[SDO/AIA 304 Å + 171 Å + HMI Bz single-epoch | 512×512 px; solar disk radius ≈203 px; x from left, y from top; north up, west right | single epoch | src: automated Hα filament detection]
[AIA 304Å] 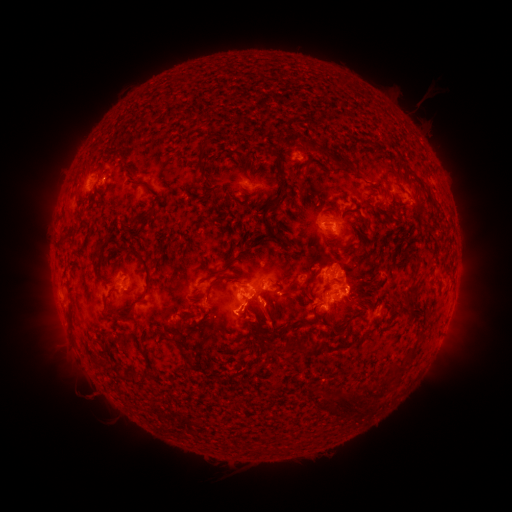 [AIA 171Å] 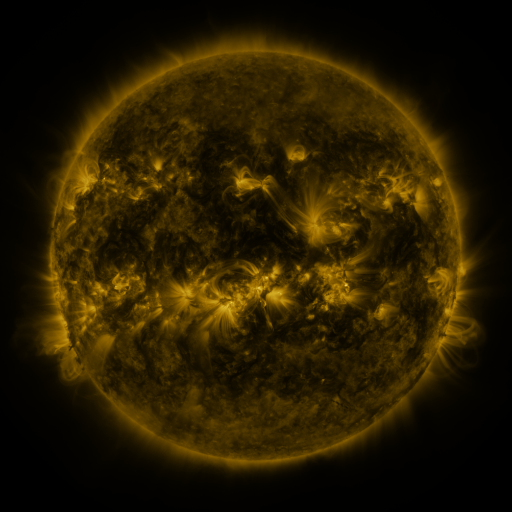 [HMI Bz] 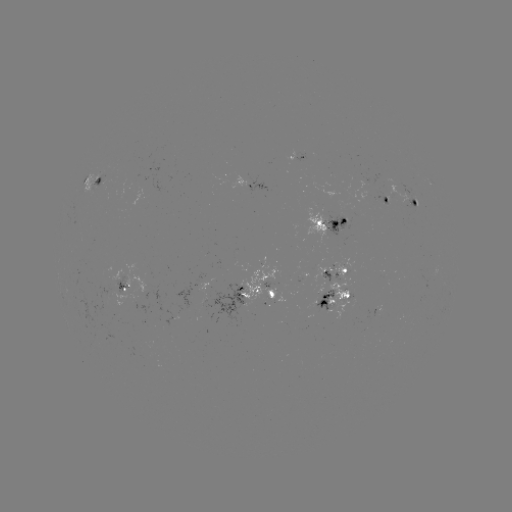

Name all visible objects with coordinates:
filament: (178, 76, 187, 86)
filament: (336, 77, 345, 86)
filament: (195, 137, 206, 166)
filament: (322, 142, 354, 171)
filament: (235, 156, 245, 175)
filament: (266, 158, 284, 207)
filament: (122, 168, 133, 178)
filament: (130, 183, 149, 191)
filament: (388, 192, 395, 202)
filament: (283, 194, 294, 204)
filament: (410, 195, 417, 205)
filament: (257, 200, 291, 247)
filament: (342, 206, 353, 214)
filament: (377, 208, 394, 219)
filament: (78, 209, 85, 224)
filament: (280, 212, 288, 224)
filament: (324, 237, 353, 249)
filament: (236, 245, 252, 255)
filament: (103, 246, 152, 323)
filament: (90, 249, 102, 269)
filament: (208, 268, 226, 278)
filament: (324, 275, 337, 290)
filament: (405, 279, 420, 301)
filament: (206, 283, 215, 302)
filament: (259, 289, 267, 300)
filament: (244, 294, 259, 310)
filament: (279, 301, 286, 316)
filament: (406, 303, 420, 313)
filament: (253, 304, 264, 313)
filament: (285, 304, 320, 331)
filament: (182, 312, 198, 321)
filament: (254, 318, 273, 340)
filament: (330, 321, 350, 337)
filament: (157, 330, 169, 341)
filament: (351, 333, 365, 347)
filament: (257, 335, 330, 356)
filament: (388, 359, 408, 382)
filament: (130, 372, 153, 388)
filament: (381, 372, 395, 388)
filament: (272, 379, 284, 389)
filament: (363, 382, 378, 400)
filament: (322, 386, 367, 413)
filament: (366, 403, 378, 413)
